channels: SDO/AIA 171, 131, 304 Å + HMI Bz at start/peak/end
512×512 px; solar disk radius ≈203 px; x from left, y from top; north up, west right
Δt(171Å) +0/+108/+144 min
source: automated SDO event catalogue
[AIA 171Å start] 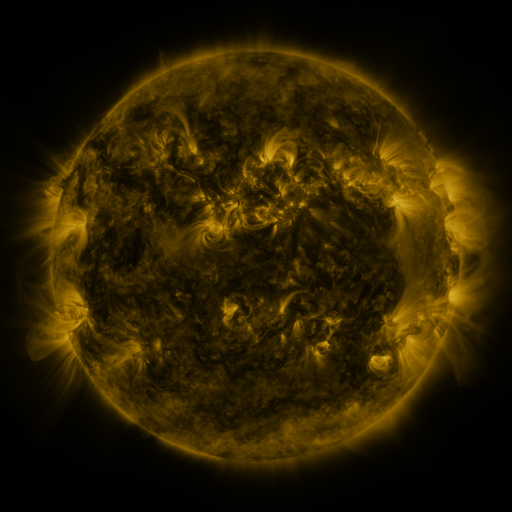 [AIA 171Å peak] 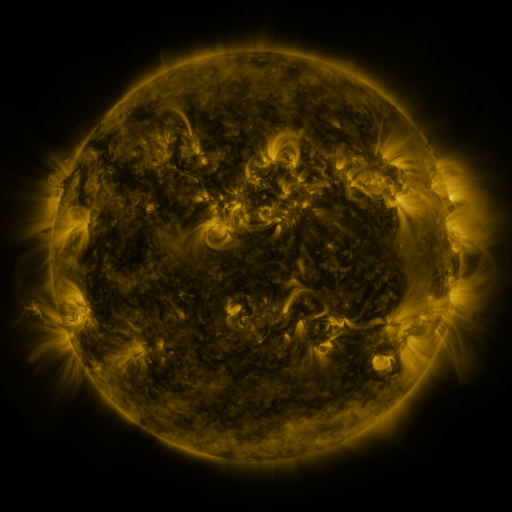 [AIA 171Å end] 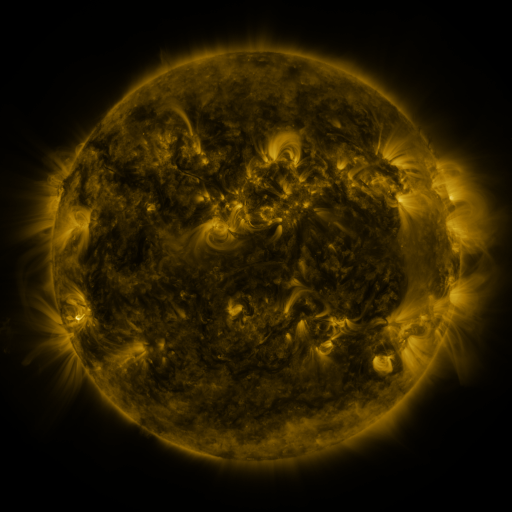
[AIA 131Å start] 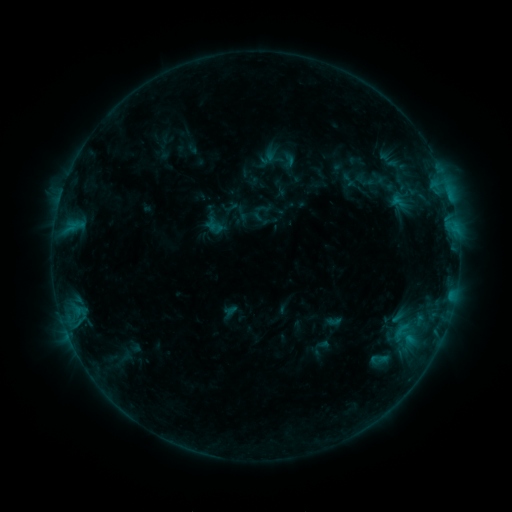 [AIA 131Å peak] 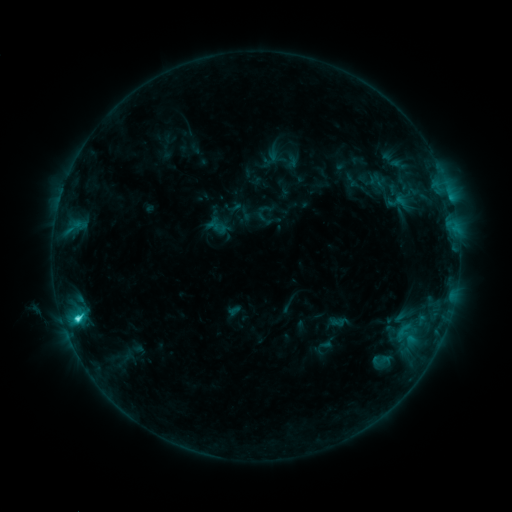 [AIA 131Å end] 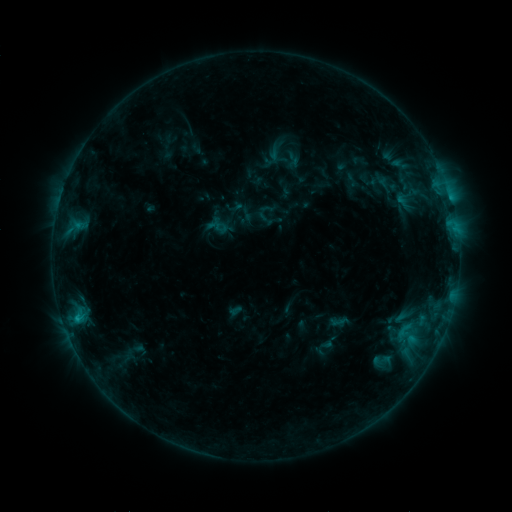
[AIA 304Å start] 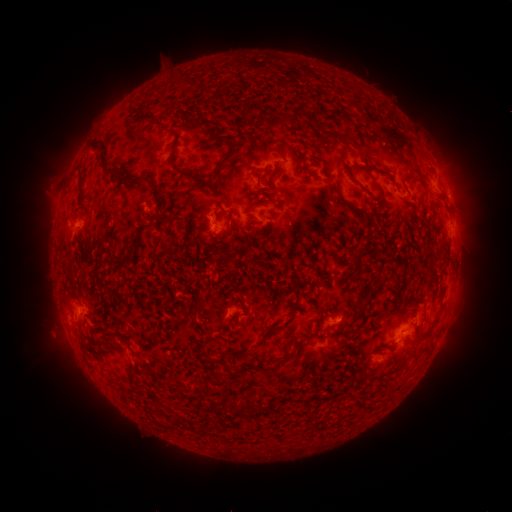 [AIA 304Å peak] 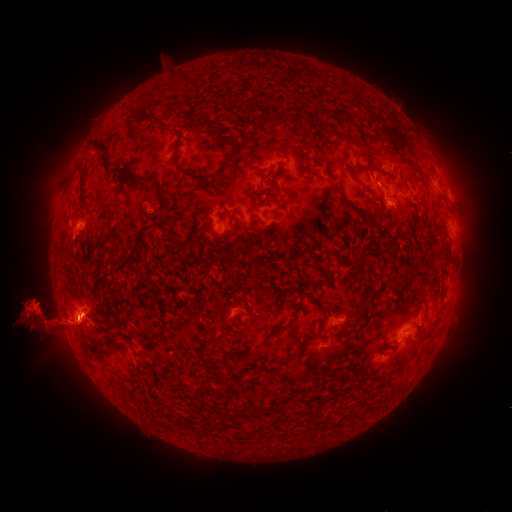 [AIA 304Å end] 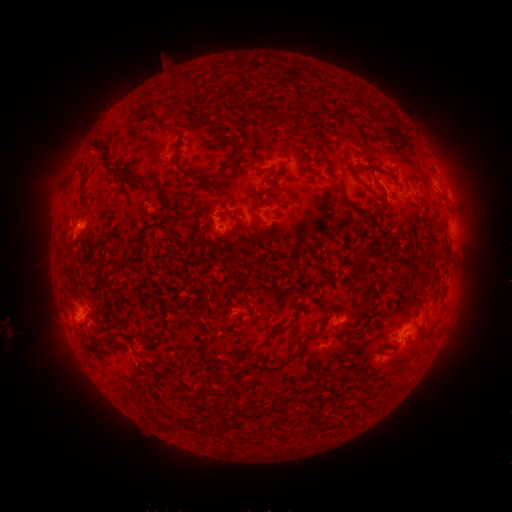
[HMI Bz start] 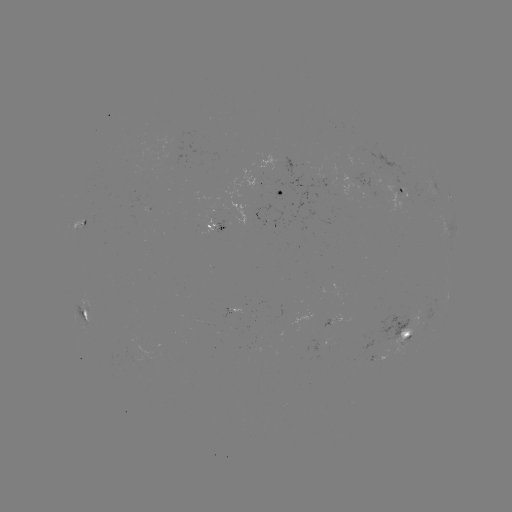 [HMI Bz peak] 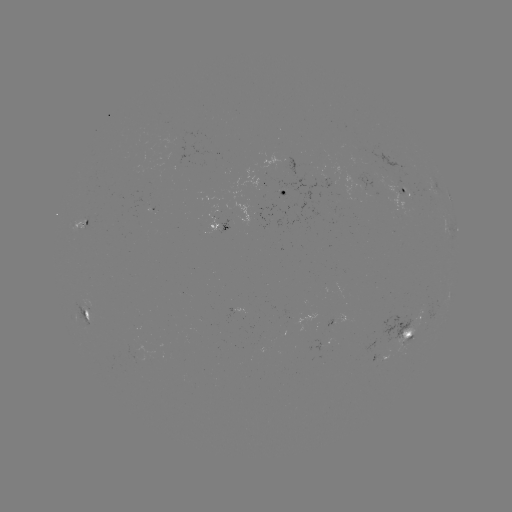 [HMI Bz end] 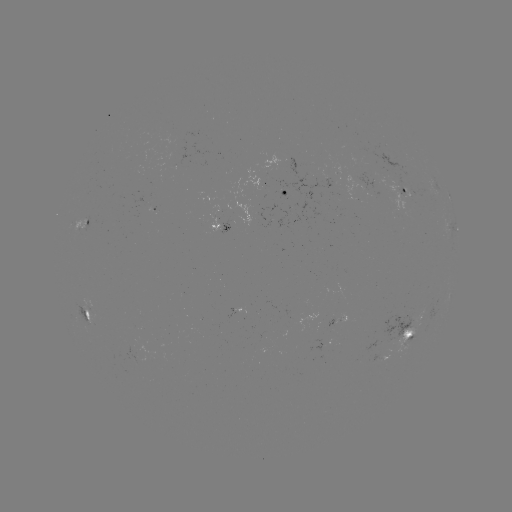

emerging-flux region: <bbox>387, 182, 406, 195</bbox>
